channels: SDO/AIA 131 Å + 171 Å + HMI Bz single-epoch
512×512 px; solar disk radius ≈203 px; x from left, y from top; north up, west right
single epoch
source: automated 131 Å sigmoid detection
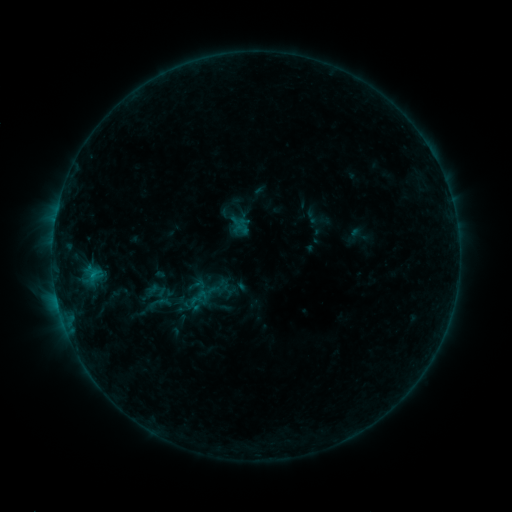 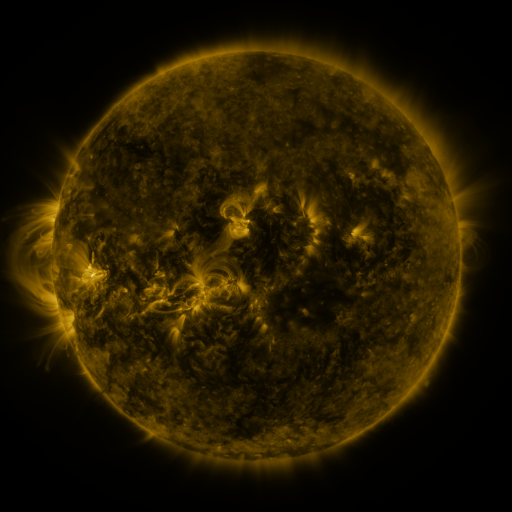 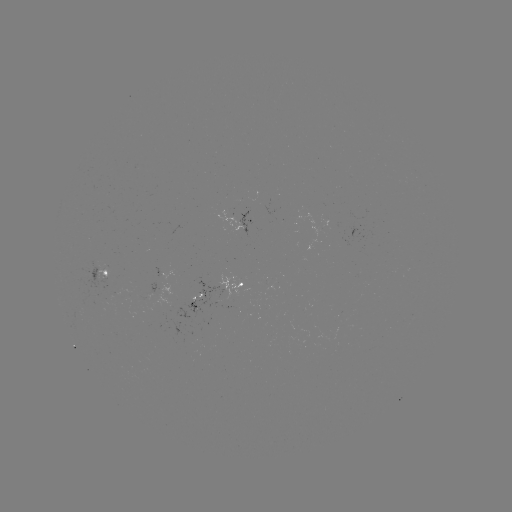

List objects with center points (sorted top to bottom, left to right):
sigmoid: (198, 298)
sigmoid: (176, 300)
